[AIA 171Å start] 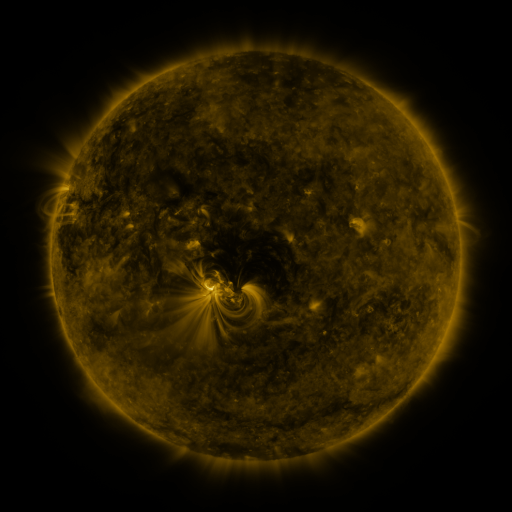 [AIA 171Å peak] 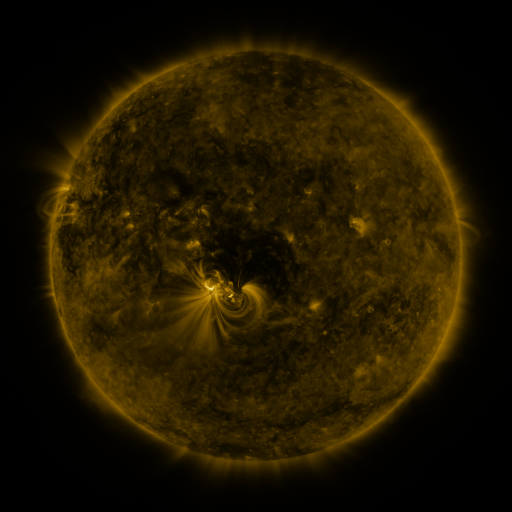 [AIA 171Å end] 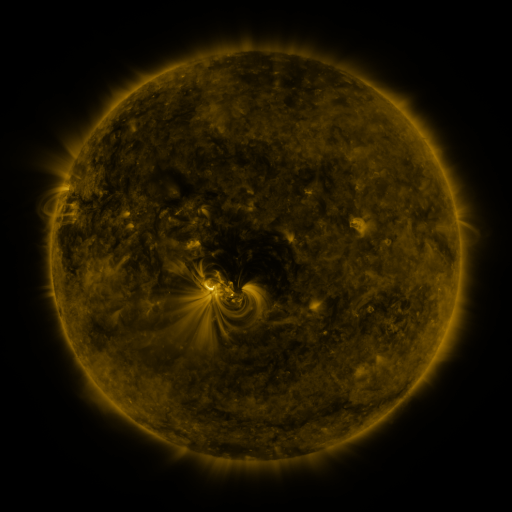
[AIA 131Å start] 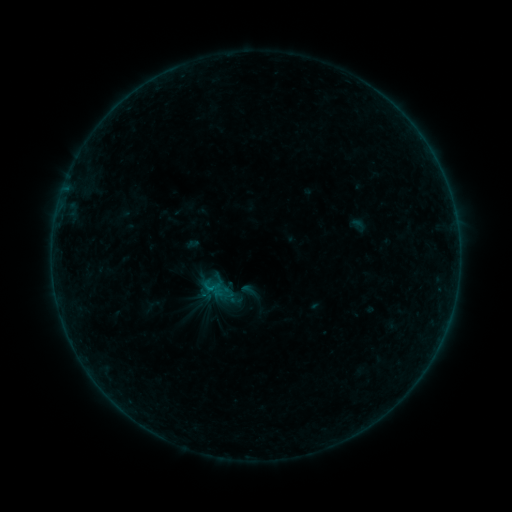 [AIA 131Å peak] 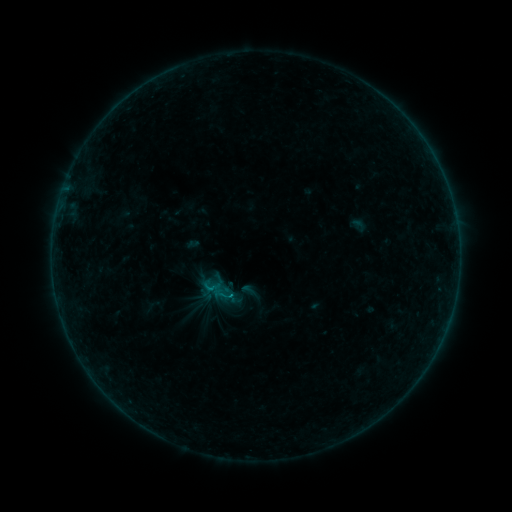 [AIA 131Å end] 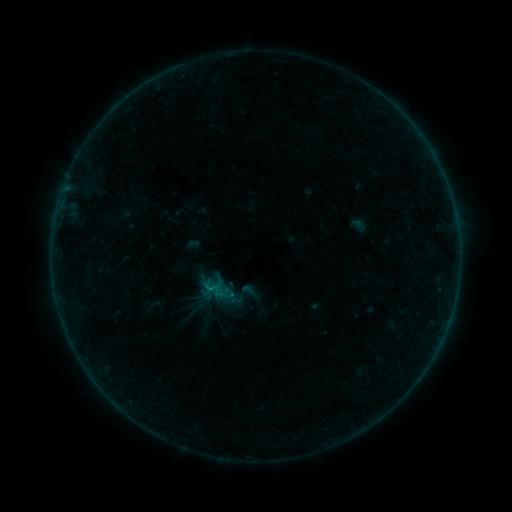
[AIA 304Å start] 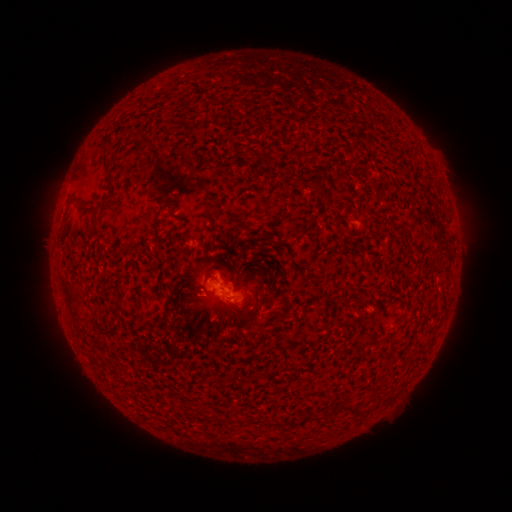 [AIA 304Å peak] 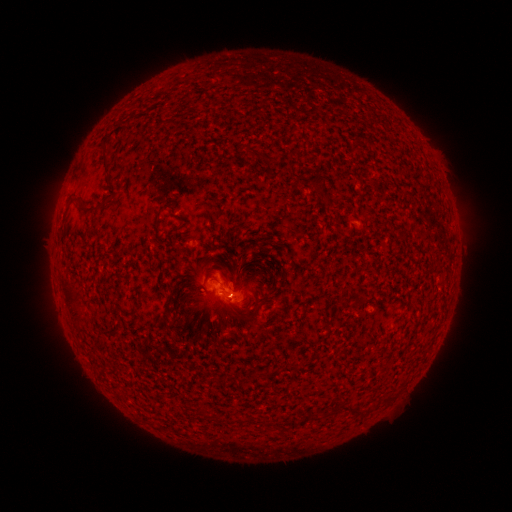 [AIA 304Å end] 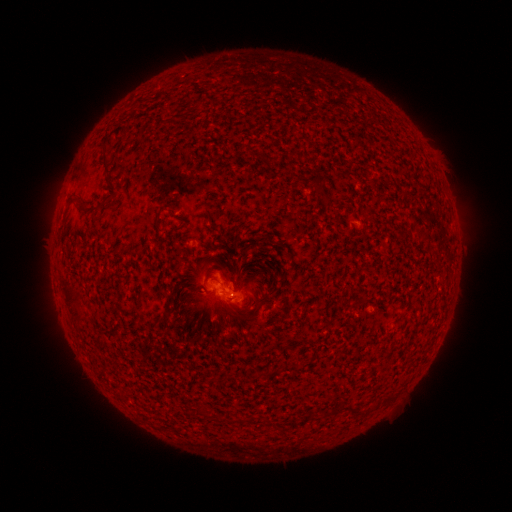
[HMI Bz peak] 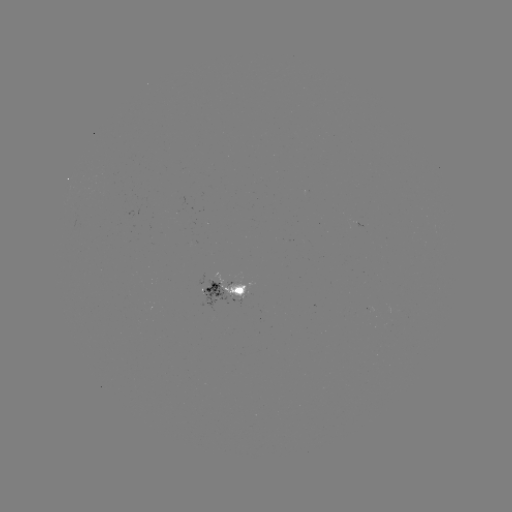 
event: flare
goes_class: B2.1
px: (231, 294)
